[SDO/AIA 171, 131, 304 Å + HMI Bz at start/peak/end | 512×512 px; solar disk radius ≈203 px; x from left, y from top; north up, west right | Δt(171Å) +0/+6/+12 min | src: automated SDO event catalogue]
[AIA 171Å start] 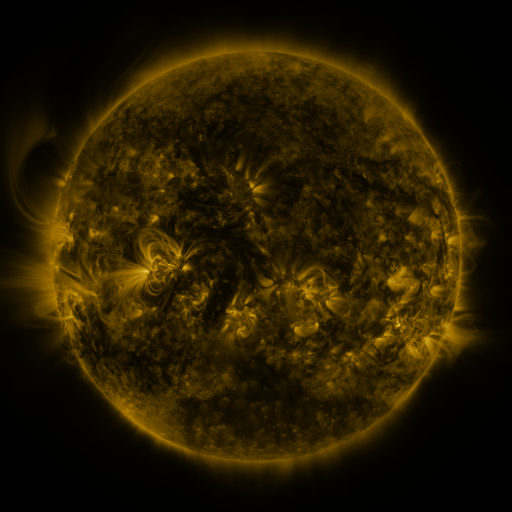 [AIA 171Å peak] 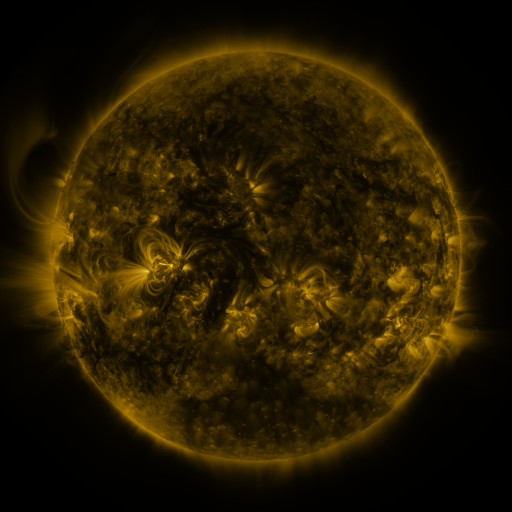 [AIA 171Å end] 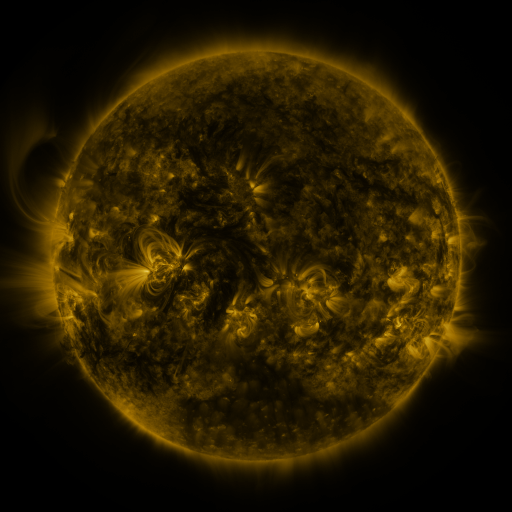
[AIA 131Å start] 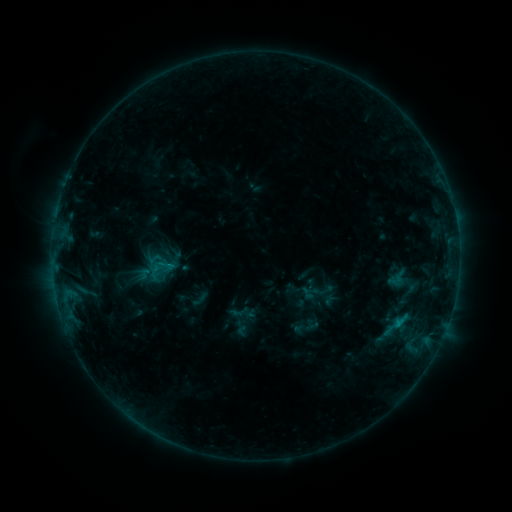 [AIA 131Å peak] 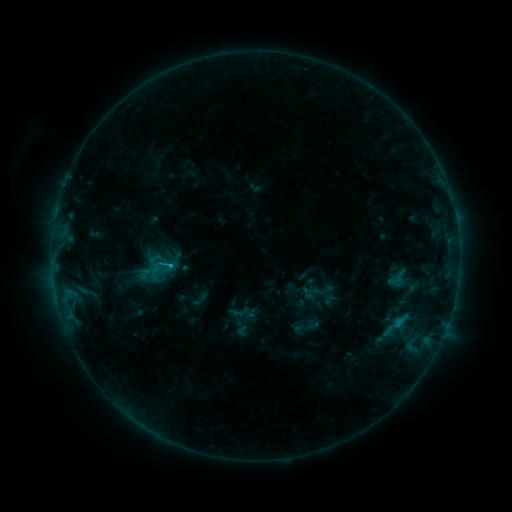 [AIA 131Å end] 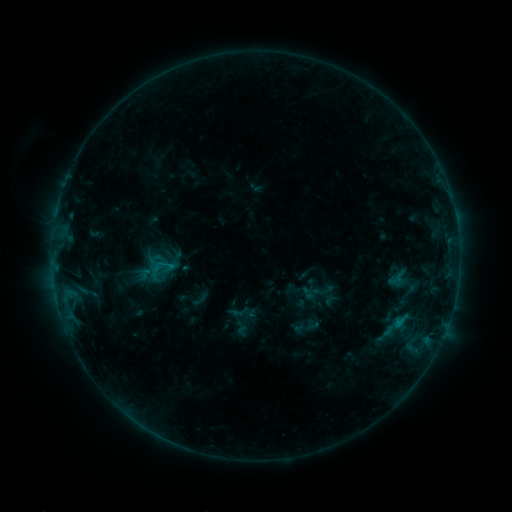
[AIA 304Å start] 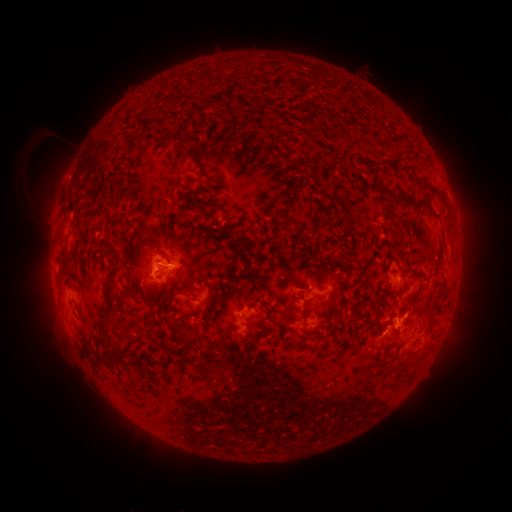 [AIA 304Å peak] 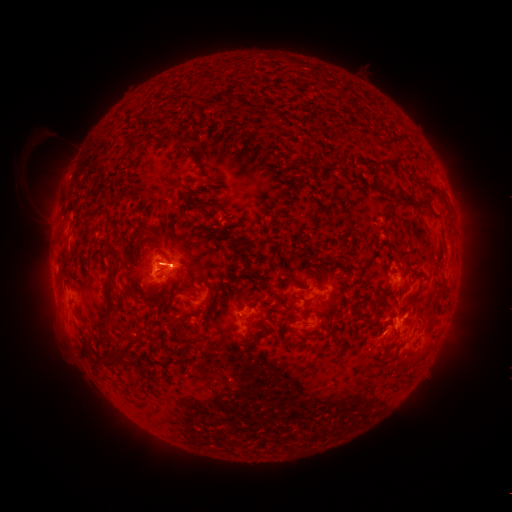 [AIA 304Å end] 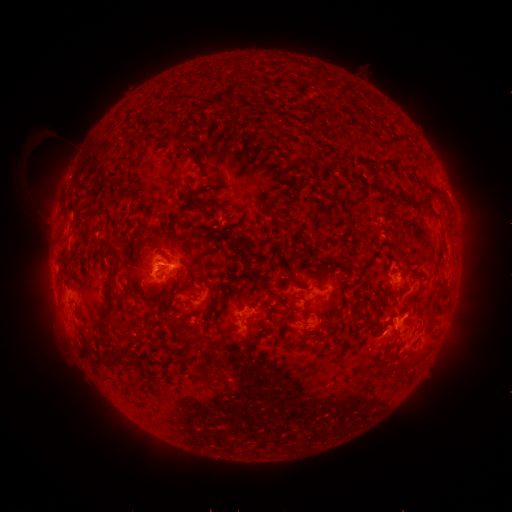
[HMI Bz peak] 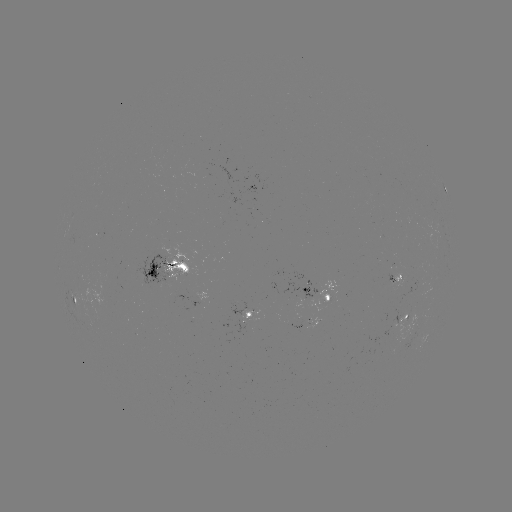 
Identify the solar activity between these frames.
C1.2 flare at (397, 321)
